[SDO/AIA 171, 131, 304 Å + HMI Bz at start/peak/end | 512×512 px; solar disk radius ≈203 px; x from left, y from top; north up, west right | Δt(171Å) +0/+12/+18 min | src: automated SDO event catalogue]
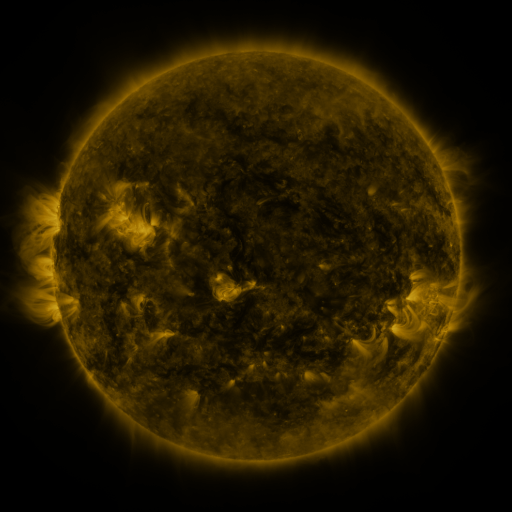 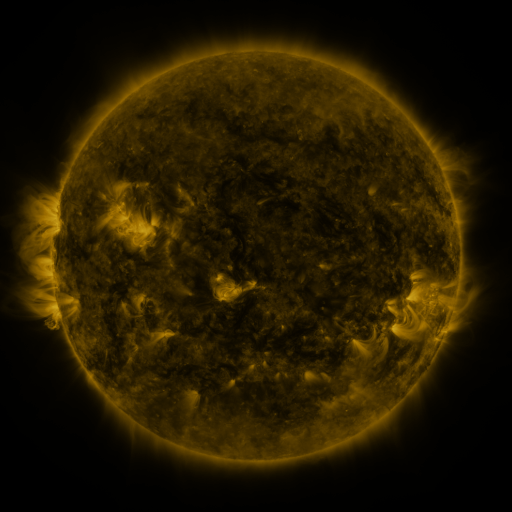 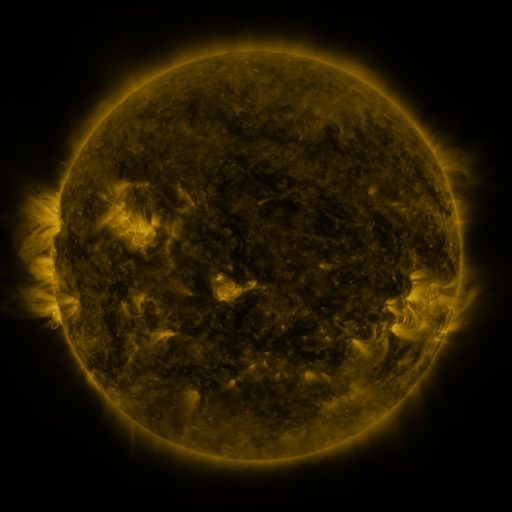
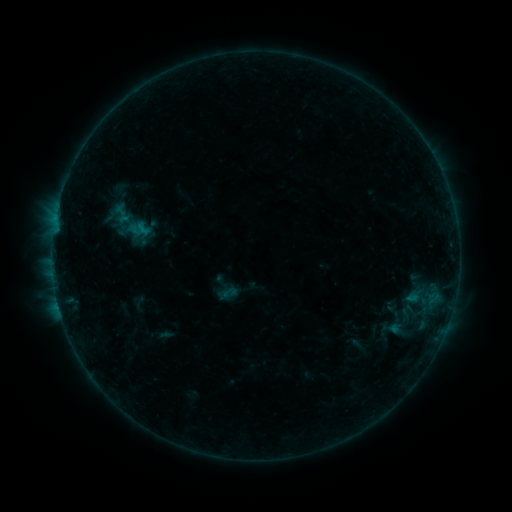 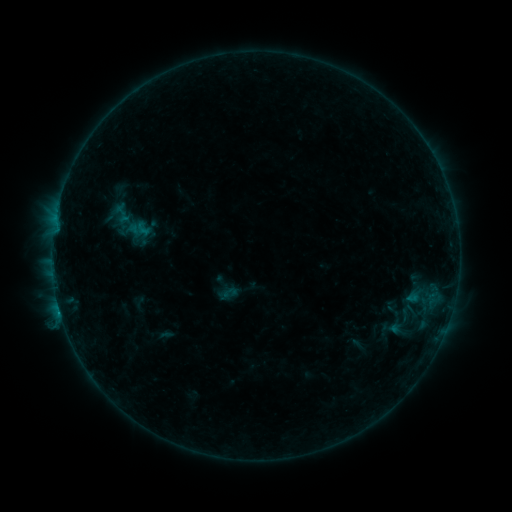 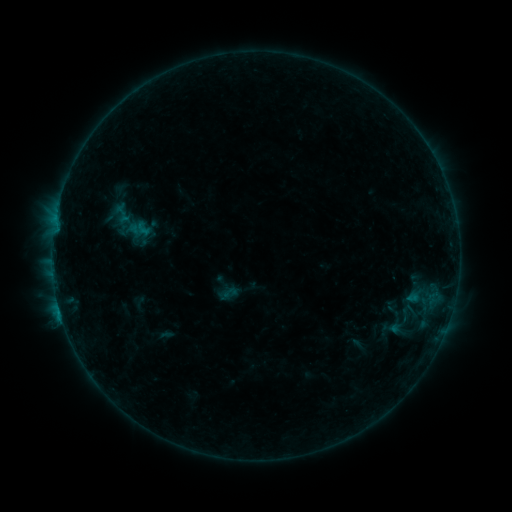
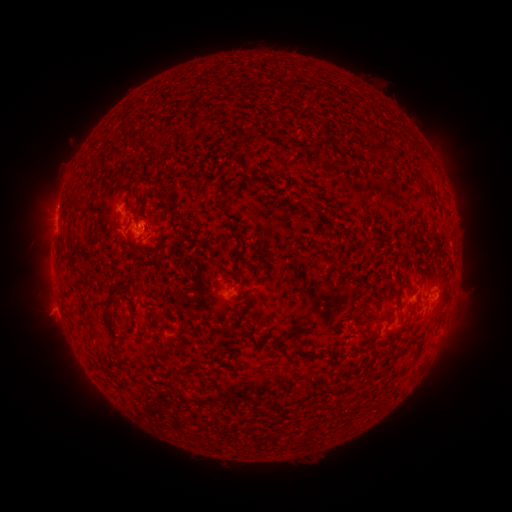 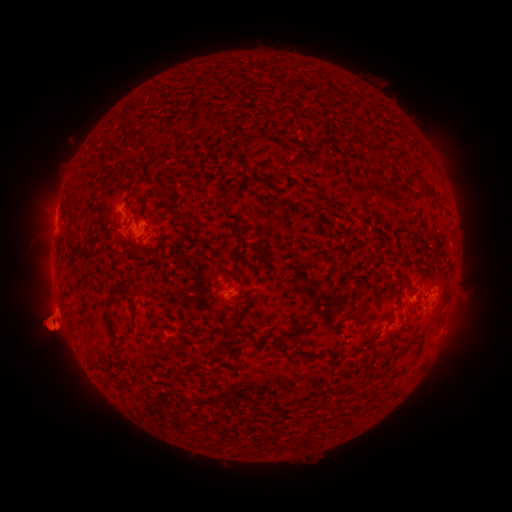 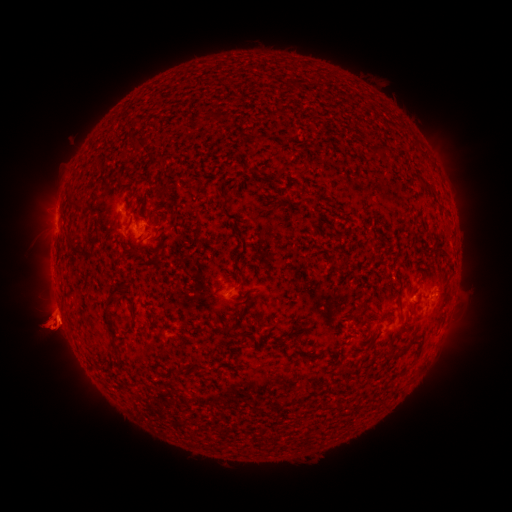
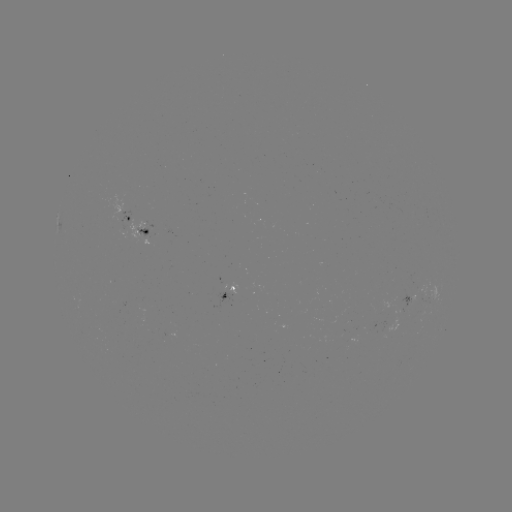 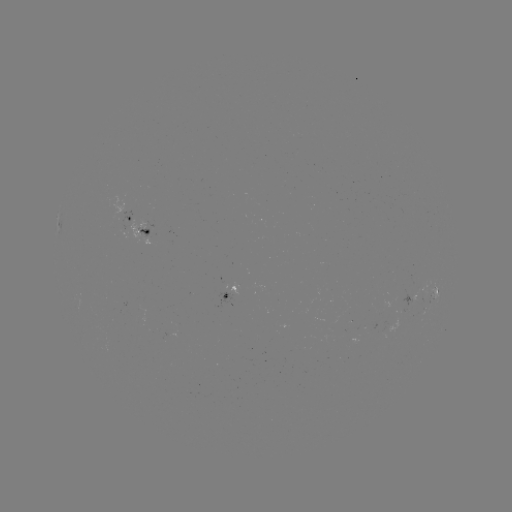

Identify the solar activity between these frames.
B5.2 flare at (59, 308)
